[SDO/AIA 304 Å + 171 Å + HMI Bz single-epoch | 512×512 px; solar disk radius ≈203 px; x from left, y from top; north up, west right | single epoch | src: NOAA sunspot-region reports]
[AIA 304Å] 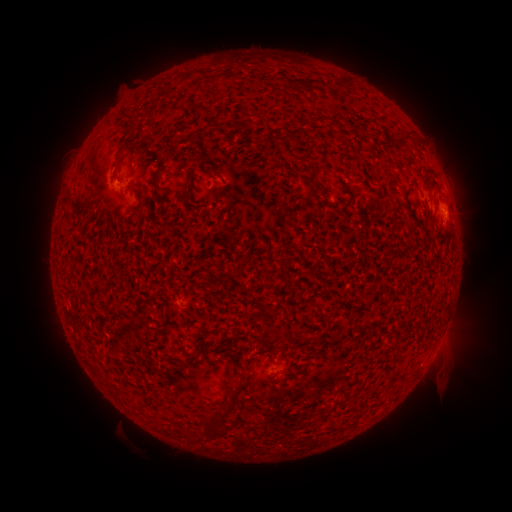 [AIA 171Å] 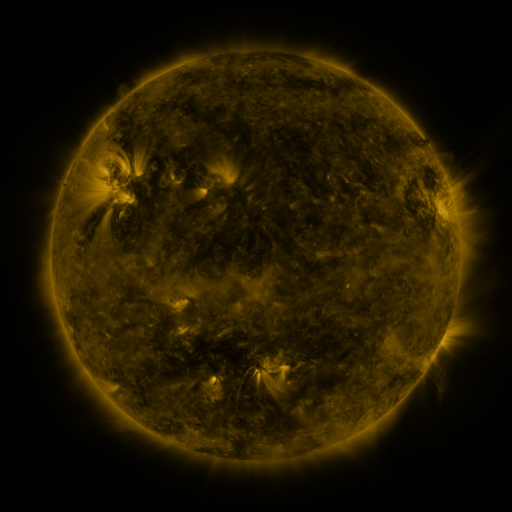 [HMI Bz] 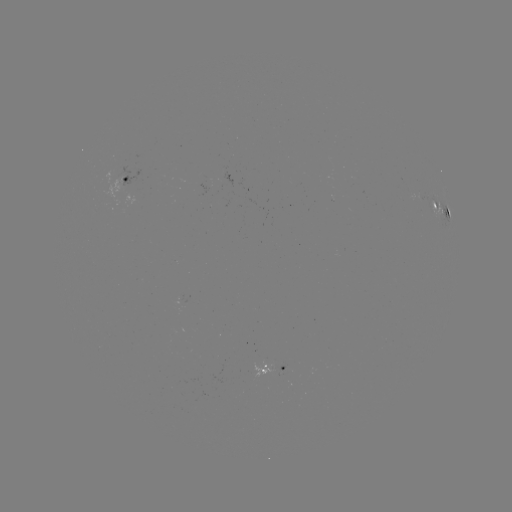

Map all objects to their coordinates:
spotted active region: (129, 175)
spotted active region: (442, 209)
spotted active region: (277, 368)
